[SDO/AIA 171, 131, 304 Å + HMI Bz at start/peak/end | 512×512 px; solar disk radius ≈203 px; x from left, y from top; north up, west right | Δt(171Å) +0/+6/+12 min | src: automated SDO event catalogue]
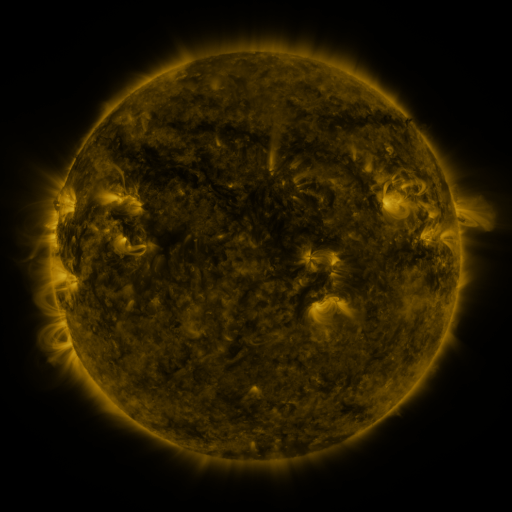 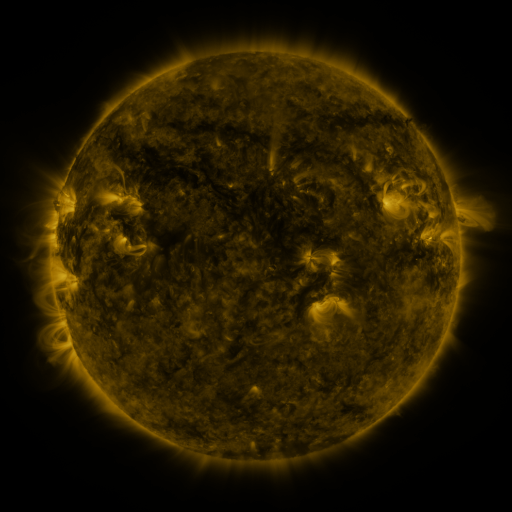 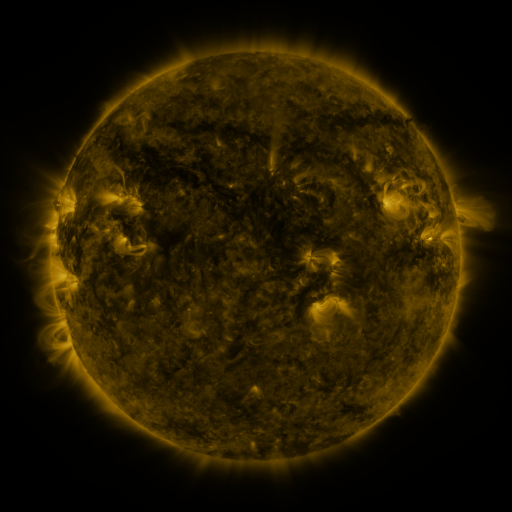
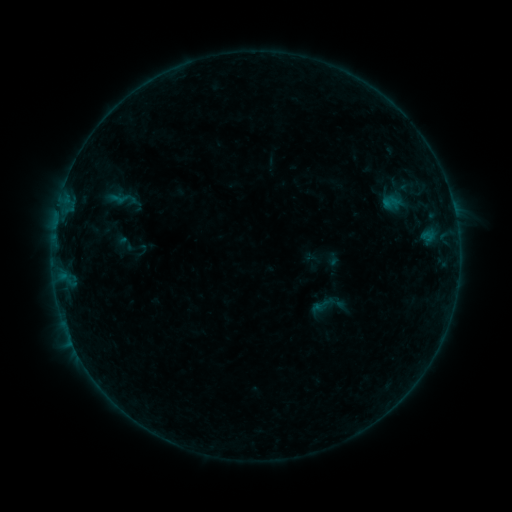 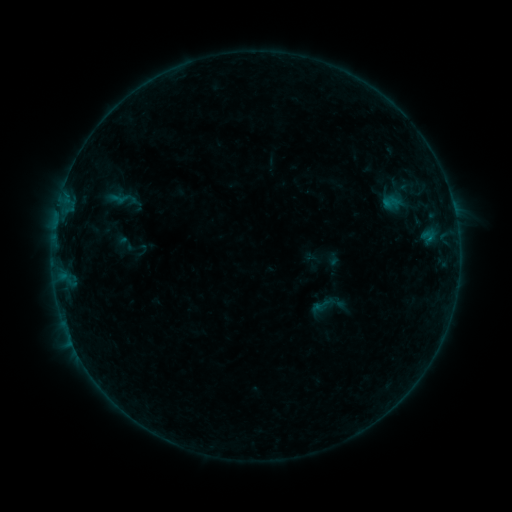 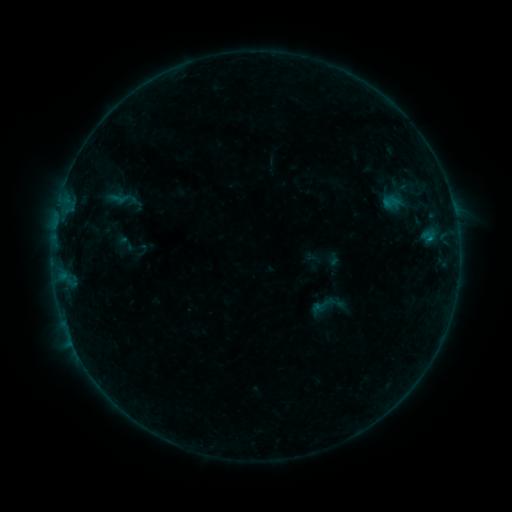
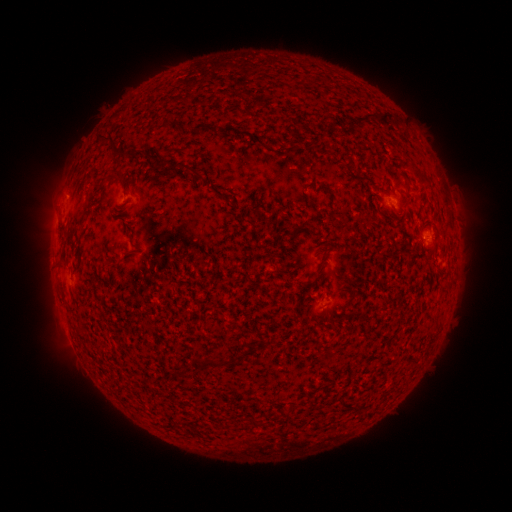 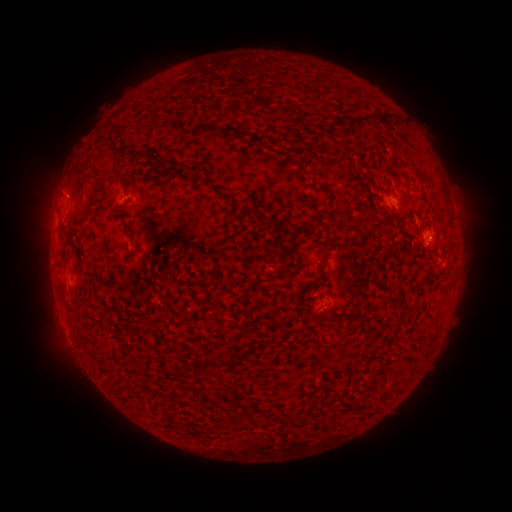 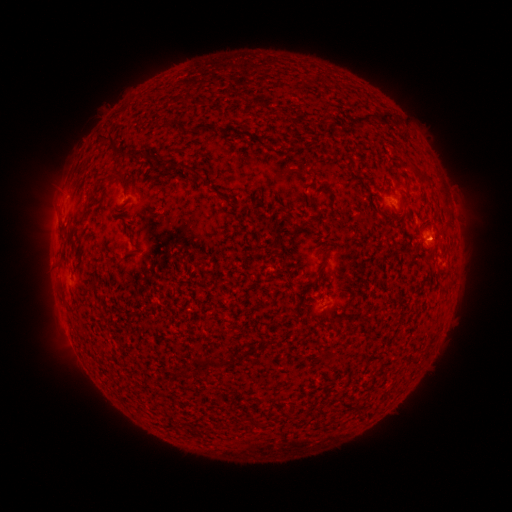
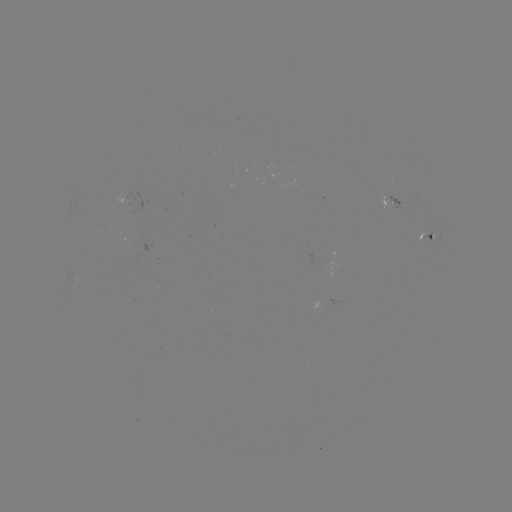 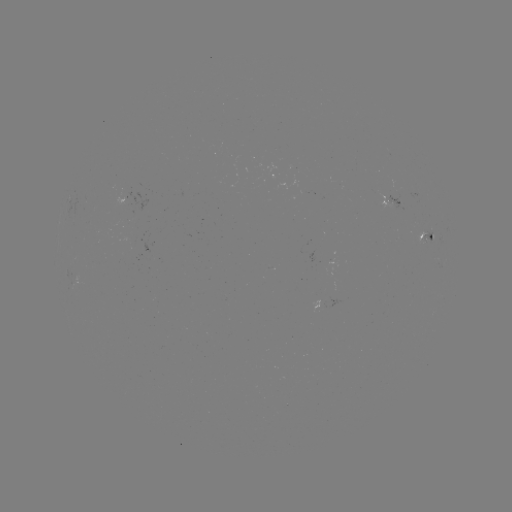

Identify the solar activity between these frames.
B1.8 flare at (428, 240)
